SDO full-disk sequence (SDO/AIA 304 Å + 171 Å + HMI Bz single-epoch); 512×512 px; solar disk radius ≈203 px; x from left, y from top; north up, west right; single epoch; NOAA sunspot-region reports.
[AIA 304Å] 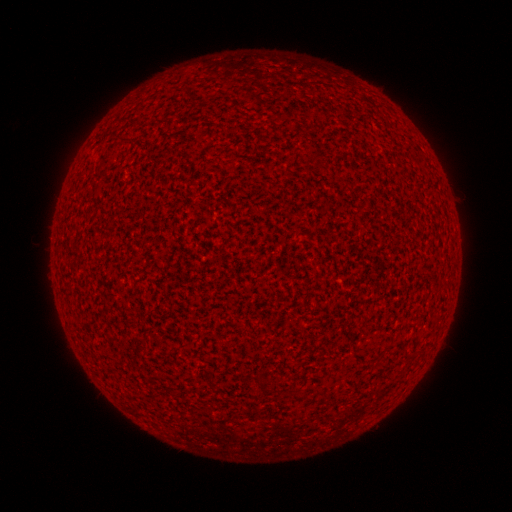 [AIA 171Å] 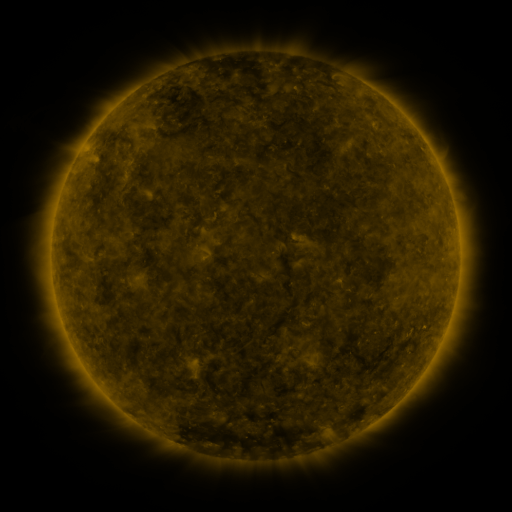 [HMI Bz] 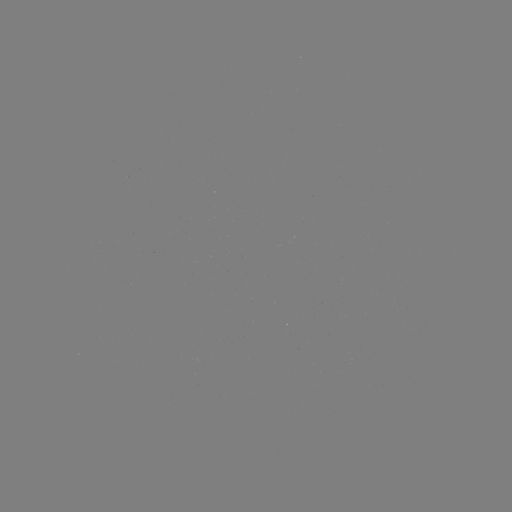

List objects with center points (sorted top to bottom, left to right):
(none)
